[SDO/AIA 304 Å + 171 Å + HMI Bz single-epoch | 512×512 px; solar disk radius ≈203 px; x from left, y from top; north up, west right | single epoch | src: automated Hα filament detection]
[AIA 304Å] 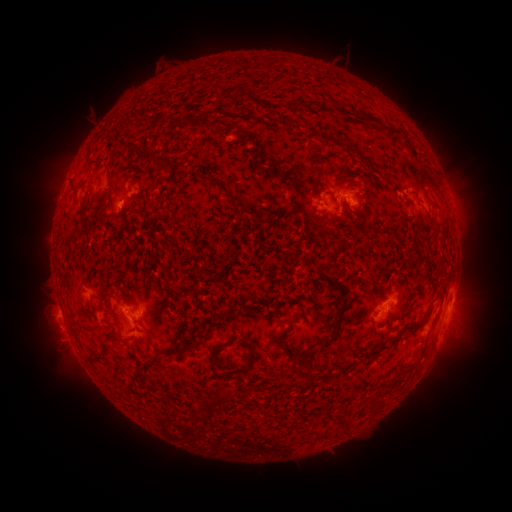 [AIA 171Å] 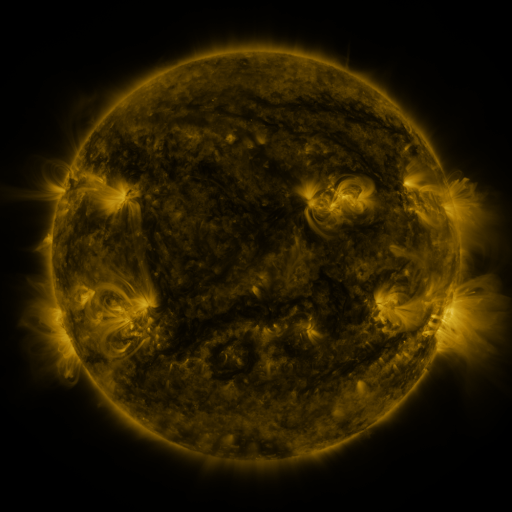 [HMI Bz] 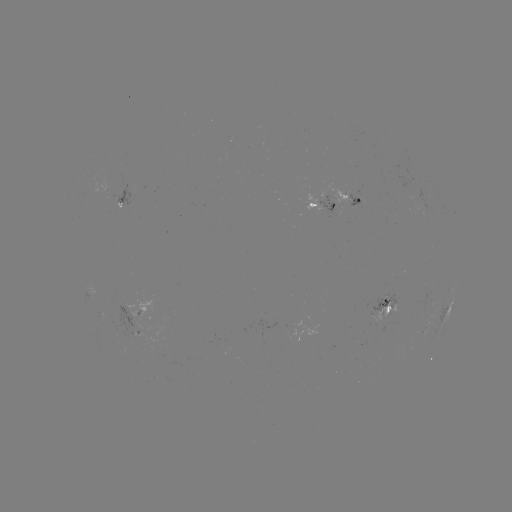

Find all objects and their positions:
filament: [309, 99, 319, 108]
filament: [143, 151, 172, 166]
filament: [105, 164, 113, 176]
filament: [175, 168, 184, 177]
filament: [199, 174, 248, 207]
filament: [361, 203, 368, 216]
filament: [82, 214, 95, 232]
filament: [330, 282, 339, 291]
filament: [332, 297, 347, 330]
filament: [379, 319, 428, 352]
filament: [273, 328, 289, 342]
filament: [318, 334, 337, 353]
filament: [172, 344, 194, 354]
filament: [98, 345, 108, 357]
filament: [281, 346, 311, 369]
filament: [138, 360, 154, 372]
